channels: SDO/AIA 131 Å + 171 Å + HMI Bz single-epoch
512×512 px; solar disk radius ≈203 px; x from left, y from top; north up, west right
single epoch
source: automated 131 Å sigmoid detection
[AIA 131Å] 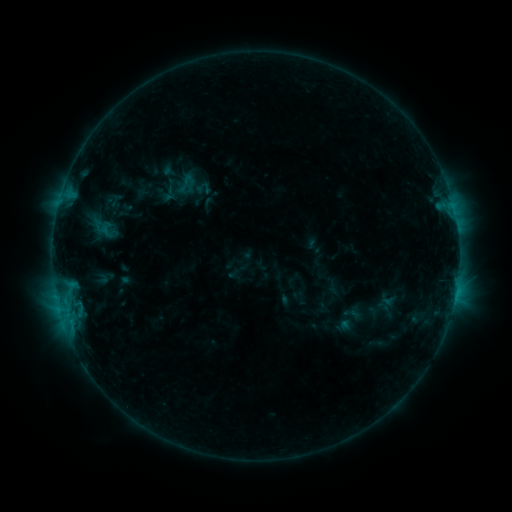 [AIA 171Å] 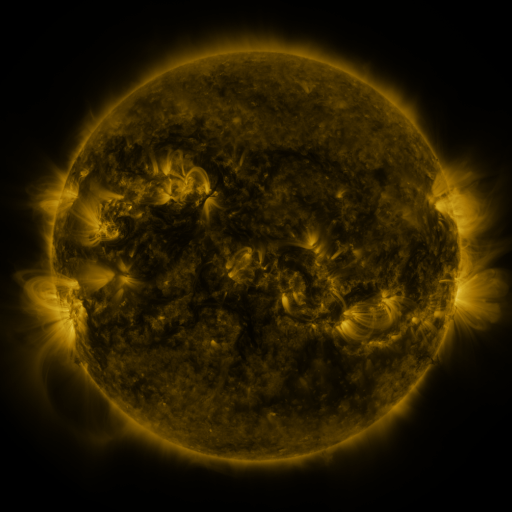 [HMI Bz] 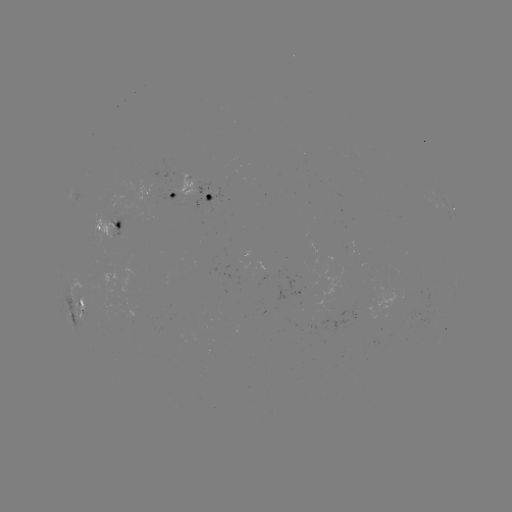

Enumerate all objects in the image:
sigmoid: (187, 183)
